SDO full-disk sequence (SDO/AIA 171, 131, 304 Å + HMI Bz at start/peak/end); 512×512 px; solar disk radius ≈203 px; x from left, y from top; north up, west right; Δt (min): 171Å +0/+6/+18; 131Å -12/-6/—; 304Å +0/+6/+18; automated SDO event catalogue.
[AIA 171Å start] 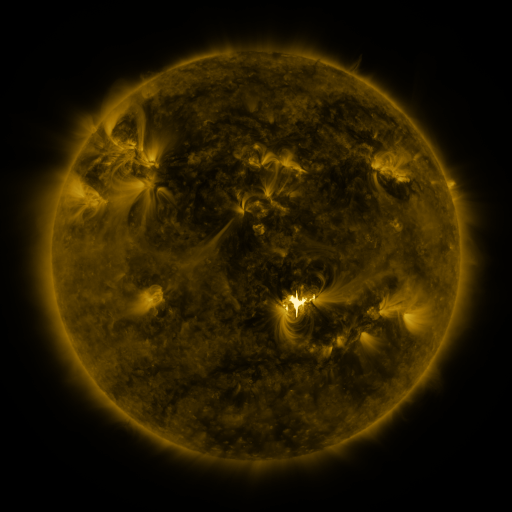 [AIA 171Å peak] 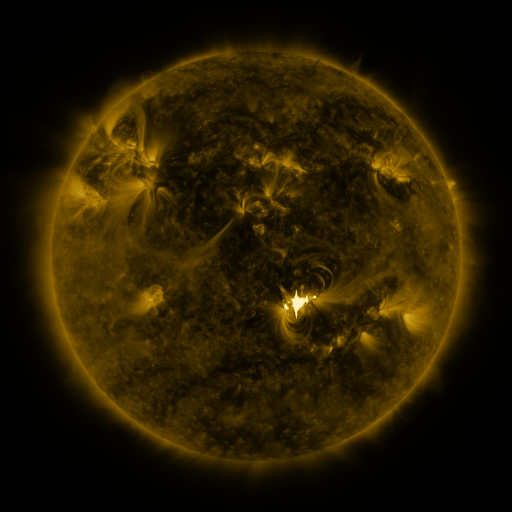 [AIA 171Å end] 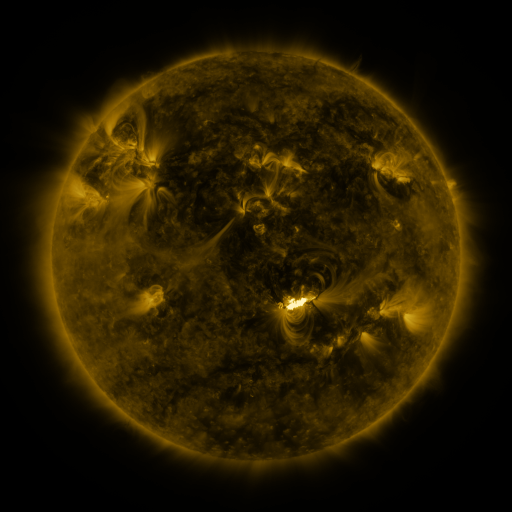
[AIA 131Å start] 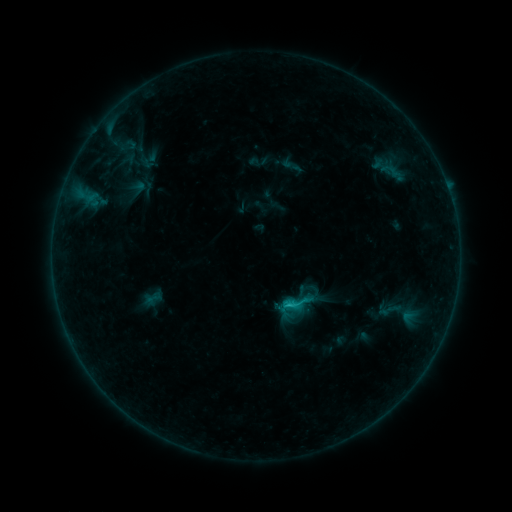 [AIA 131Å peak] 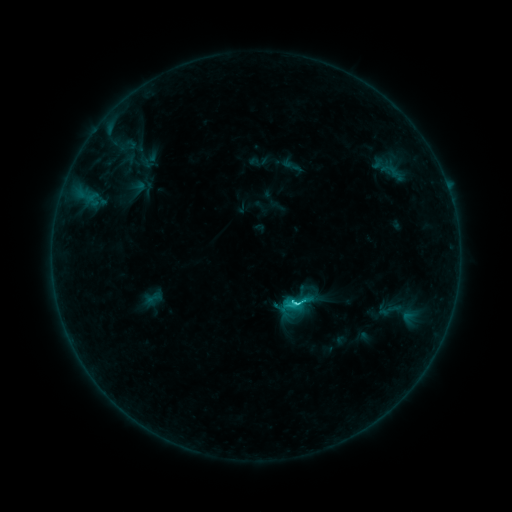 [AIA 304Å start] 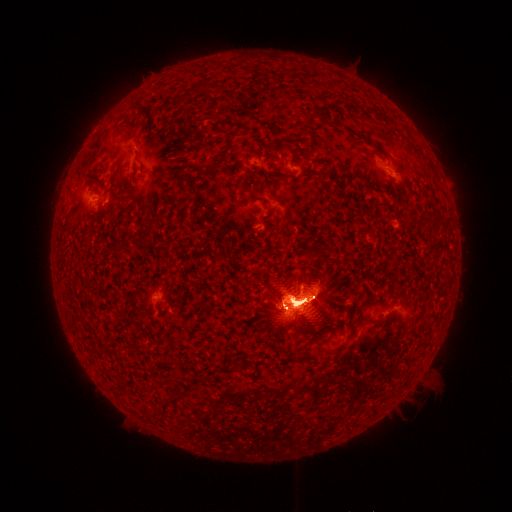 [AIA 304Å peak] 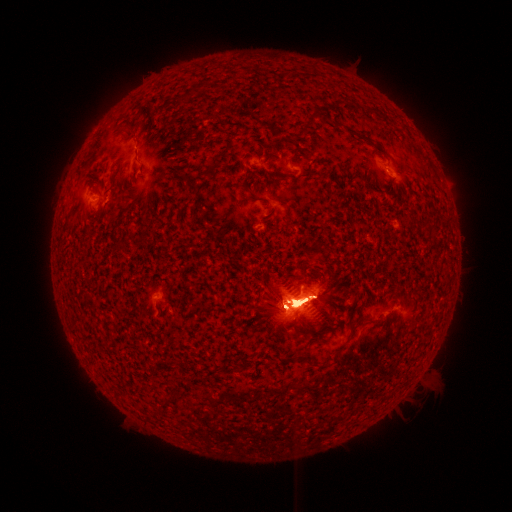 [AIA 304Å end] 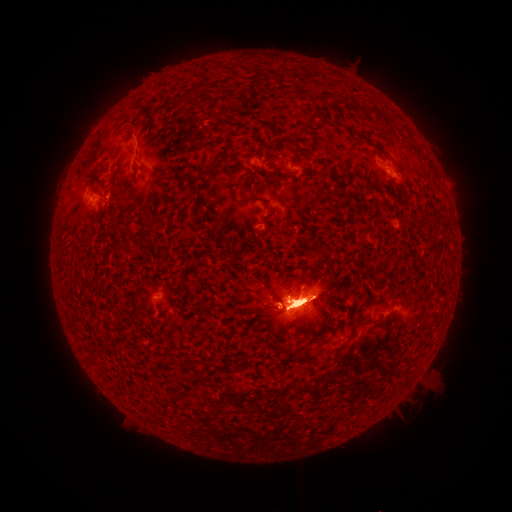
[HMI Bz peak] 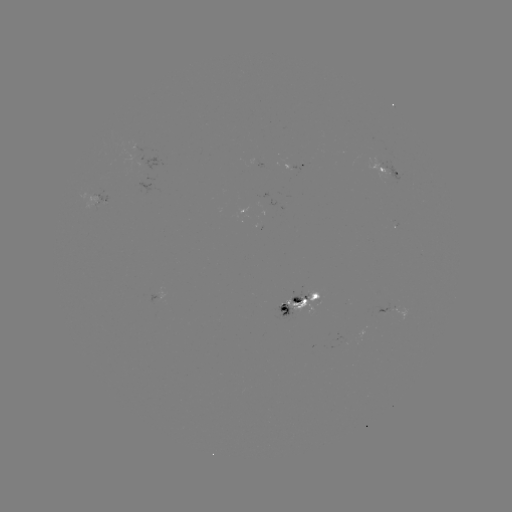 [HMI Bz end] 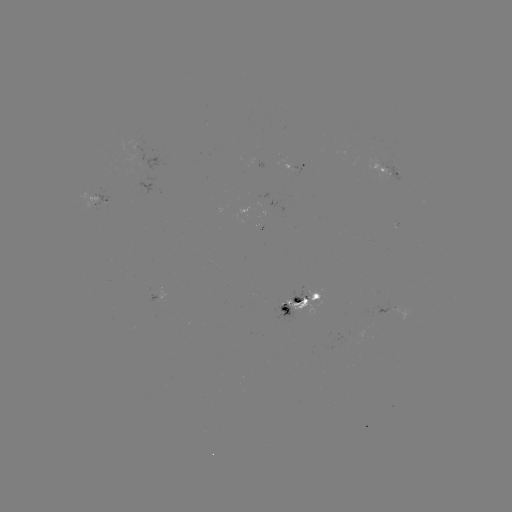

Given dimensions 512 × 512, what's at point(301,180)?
eruption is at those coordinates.